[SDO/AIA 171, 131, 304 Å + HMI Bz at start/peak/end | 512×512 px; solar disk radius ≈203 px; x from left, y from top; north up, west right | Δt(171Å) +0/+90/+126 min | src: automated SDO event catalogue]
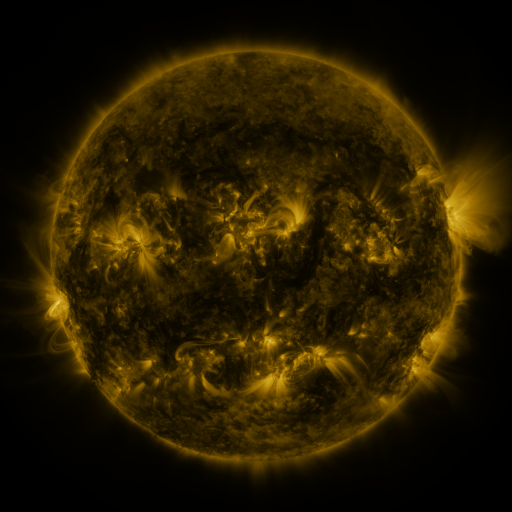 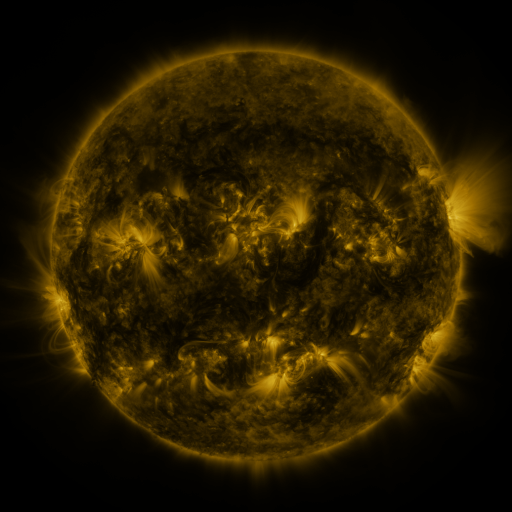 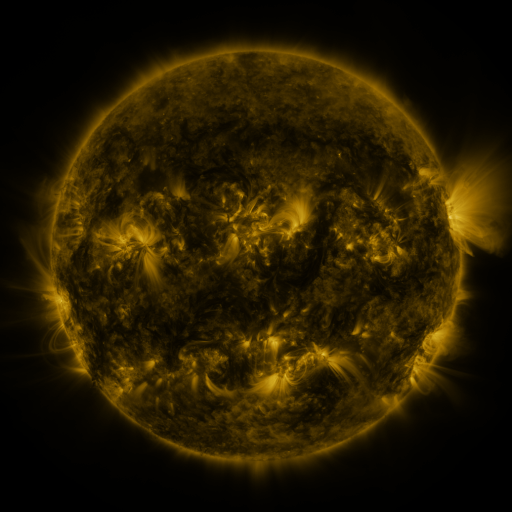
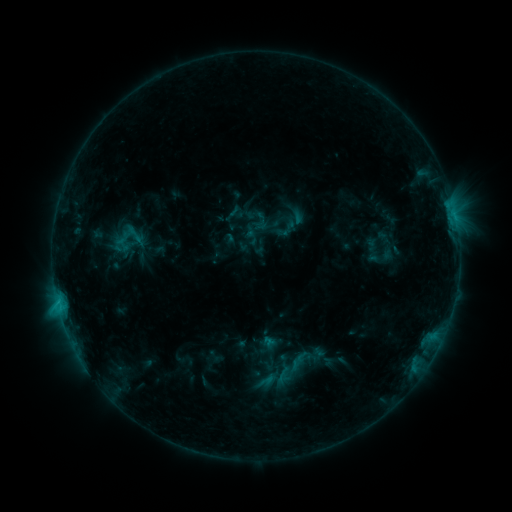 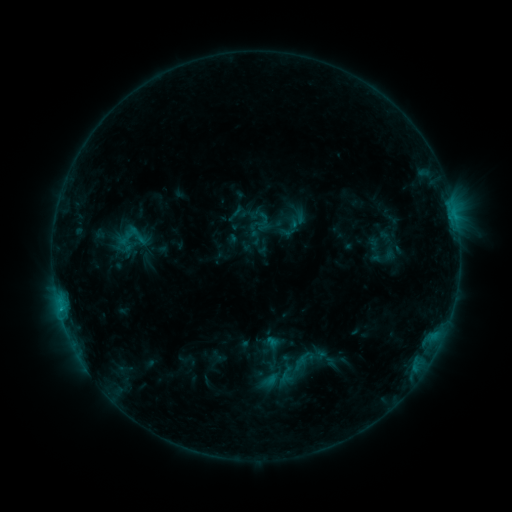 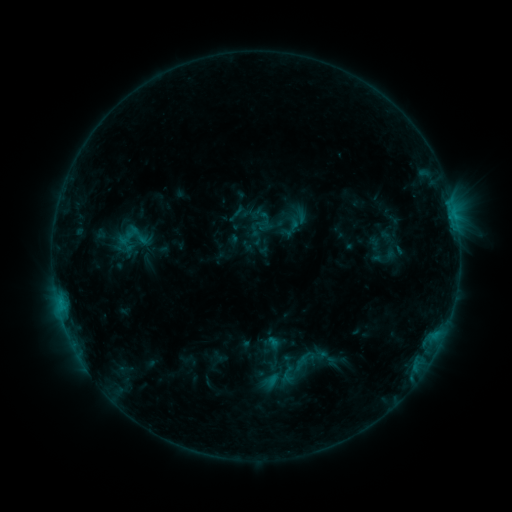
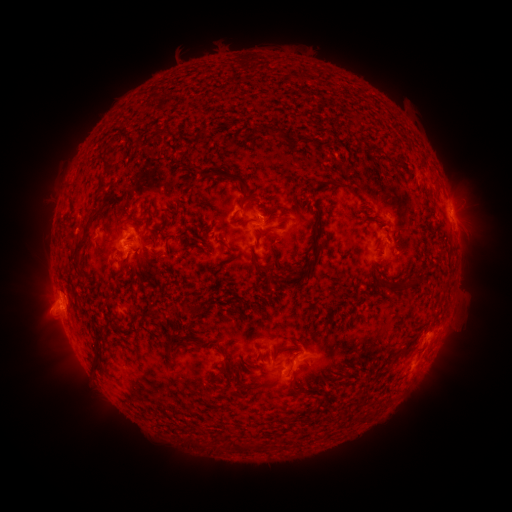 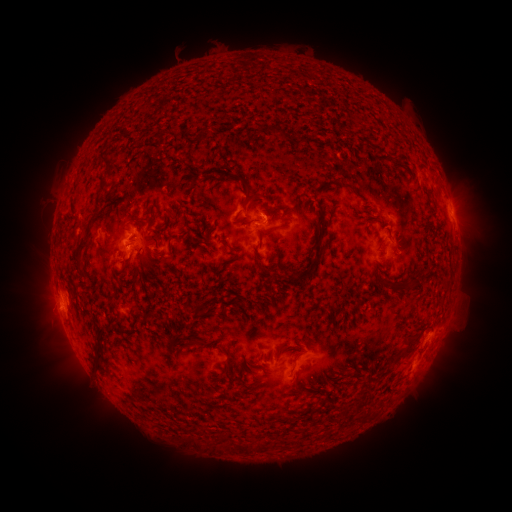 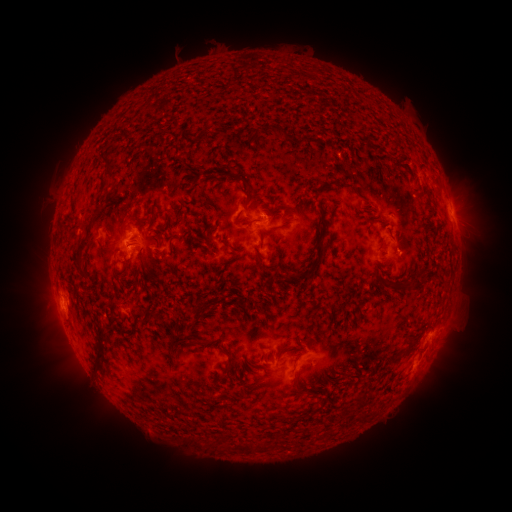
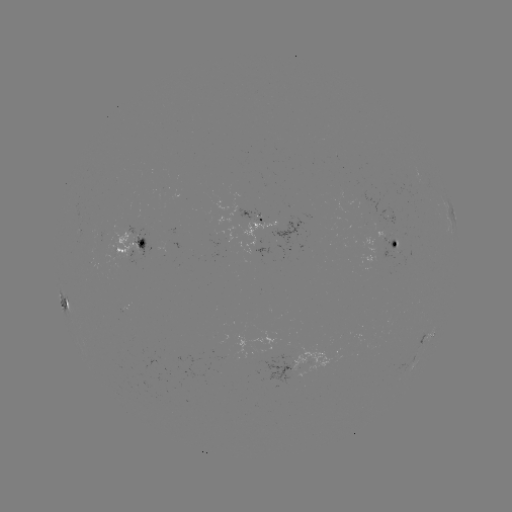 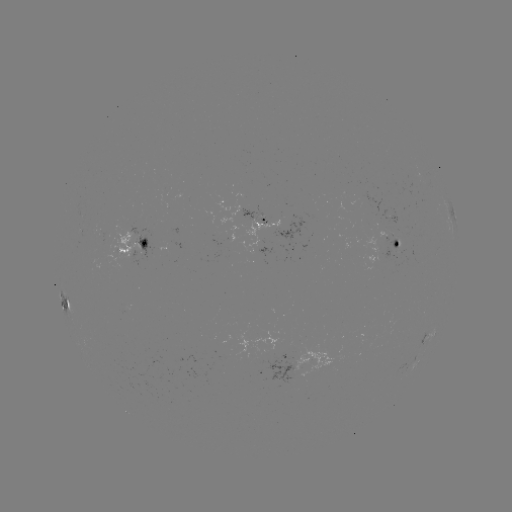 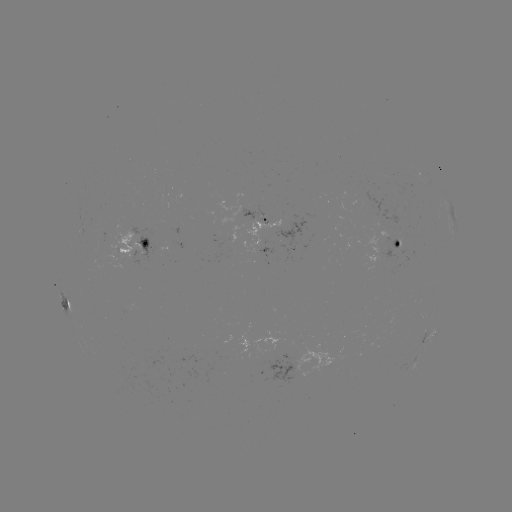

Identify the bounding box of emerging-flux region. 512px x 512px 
[368, 207, 400, 230].